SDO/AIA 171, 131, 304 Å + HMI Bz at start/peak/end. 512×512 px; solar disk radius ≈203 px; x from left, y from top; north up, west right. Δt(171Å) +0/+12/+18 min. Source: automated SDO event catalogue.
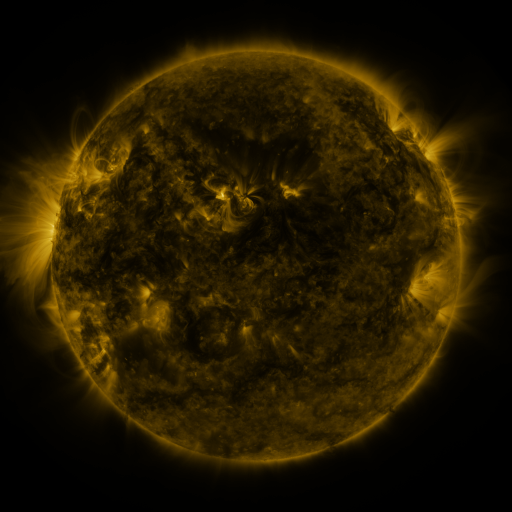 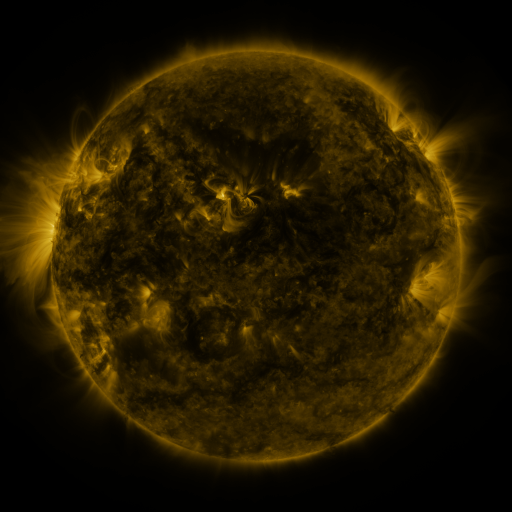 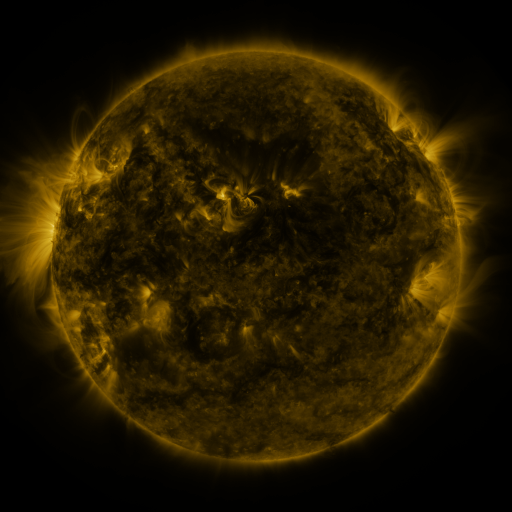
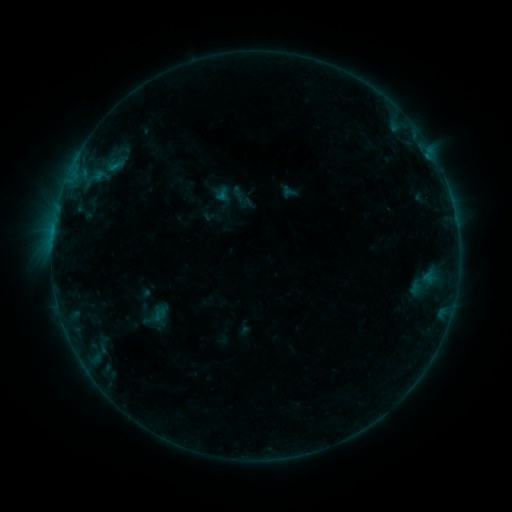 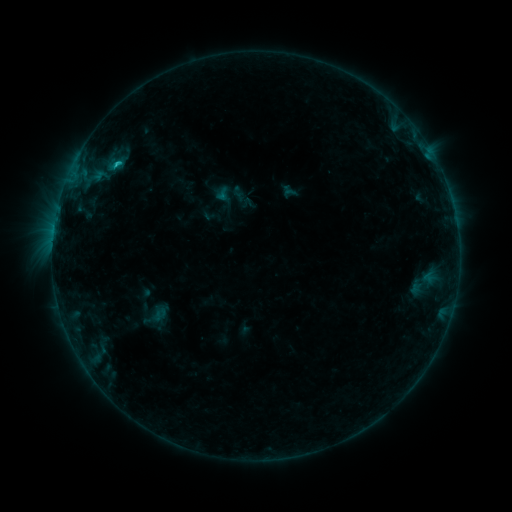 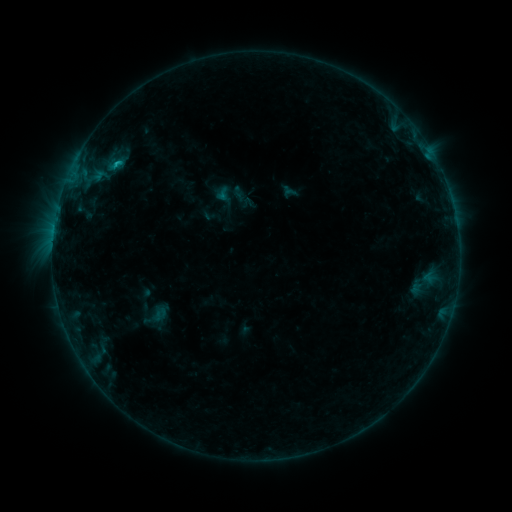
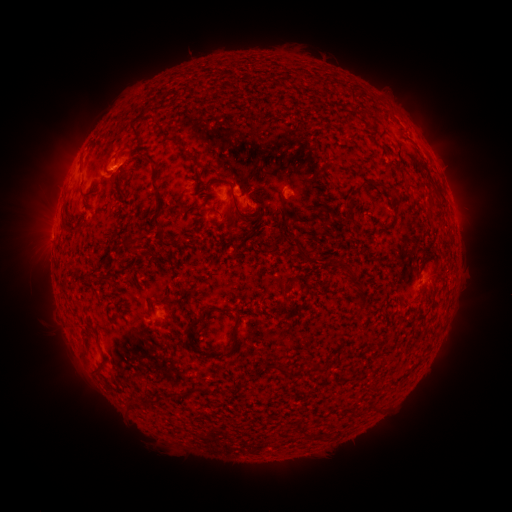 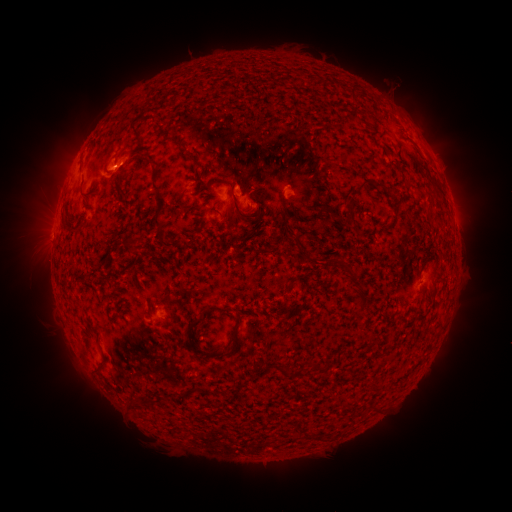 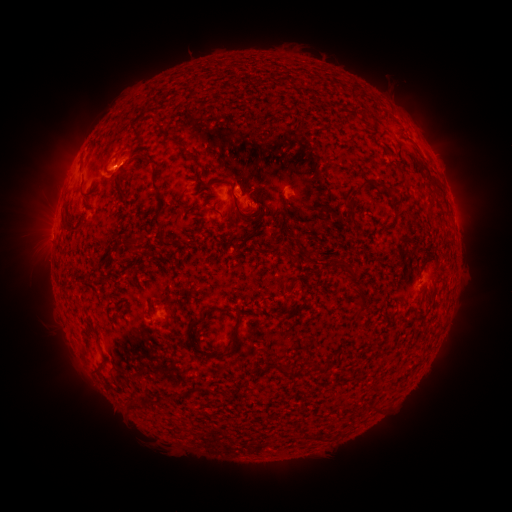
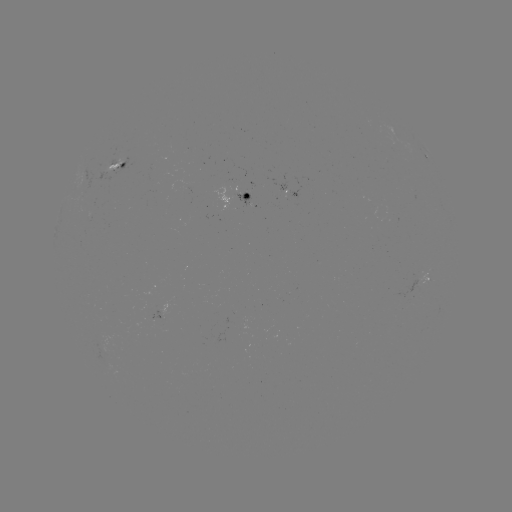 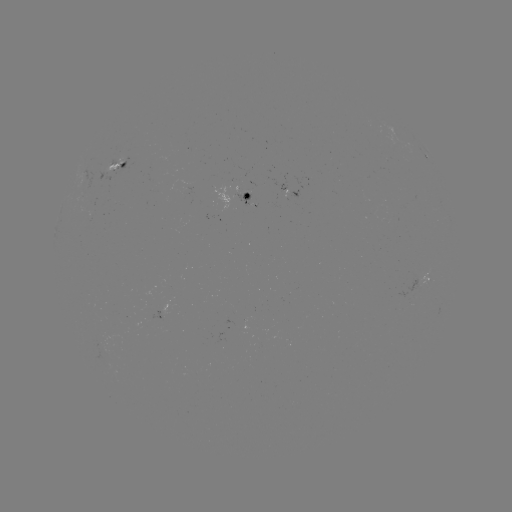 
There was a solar flare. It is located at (117, 166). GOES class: B7.5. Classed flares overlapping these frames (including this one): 1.